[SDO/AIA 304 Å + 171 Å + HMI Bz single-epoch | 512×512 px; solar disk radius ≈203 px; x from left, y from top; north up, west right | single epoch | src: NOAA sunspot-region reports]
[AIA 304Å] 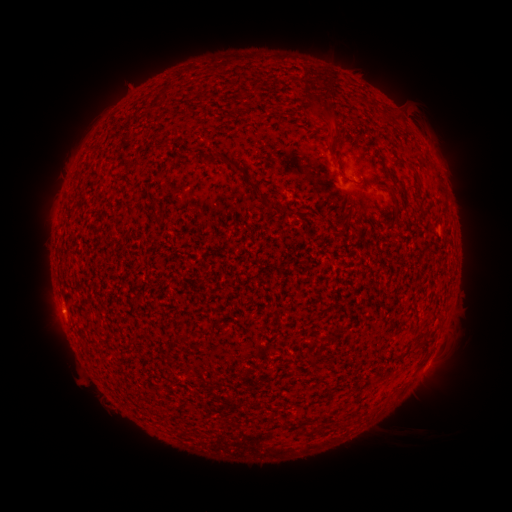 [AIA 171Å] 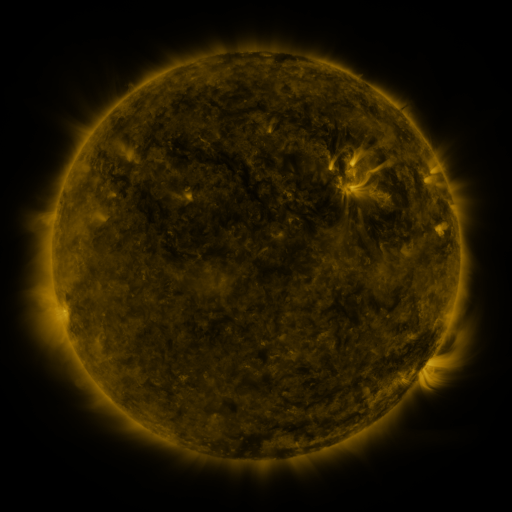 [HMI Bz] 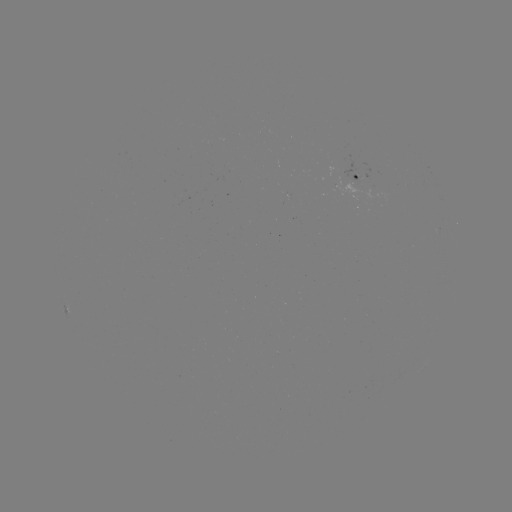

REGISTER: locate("spotted active region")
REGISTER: [359, 174]